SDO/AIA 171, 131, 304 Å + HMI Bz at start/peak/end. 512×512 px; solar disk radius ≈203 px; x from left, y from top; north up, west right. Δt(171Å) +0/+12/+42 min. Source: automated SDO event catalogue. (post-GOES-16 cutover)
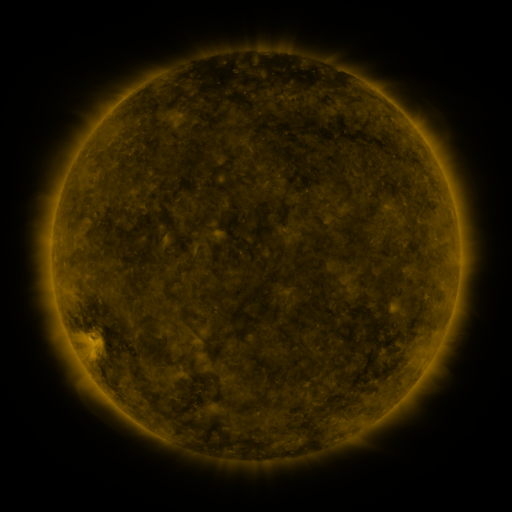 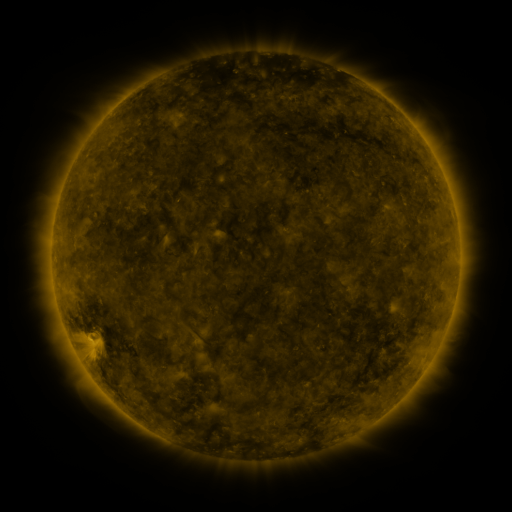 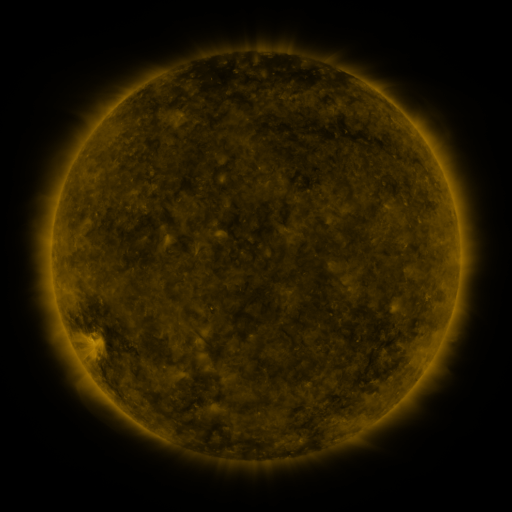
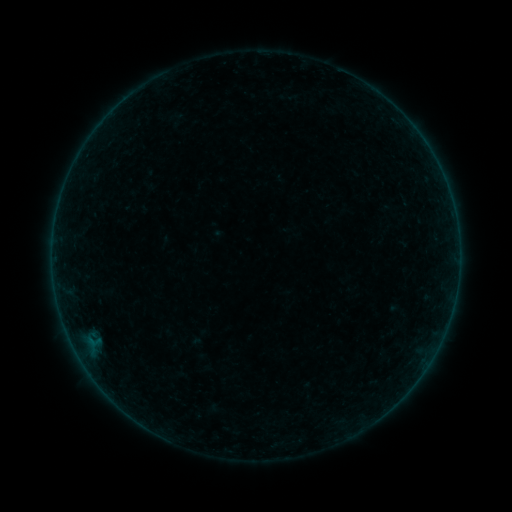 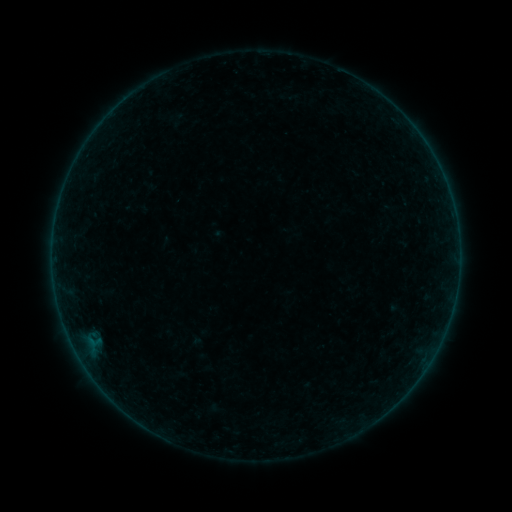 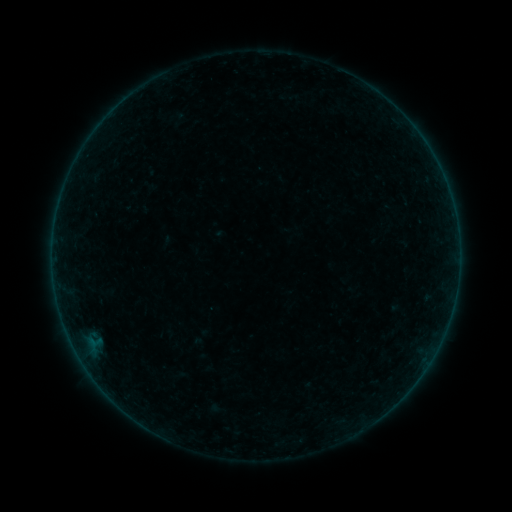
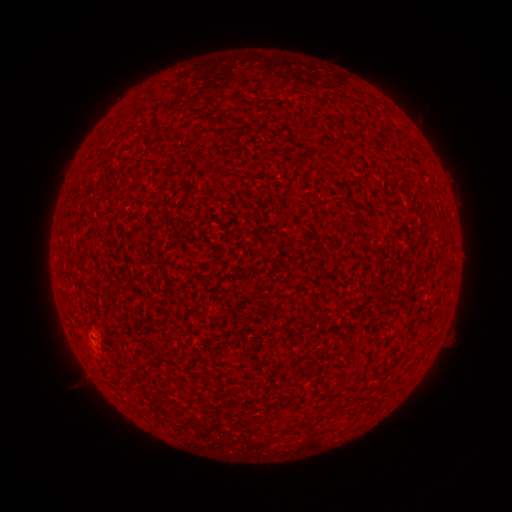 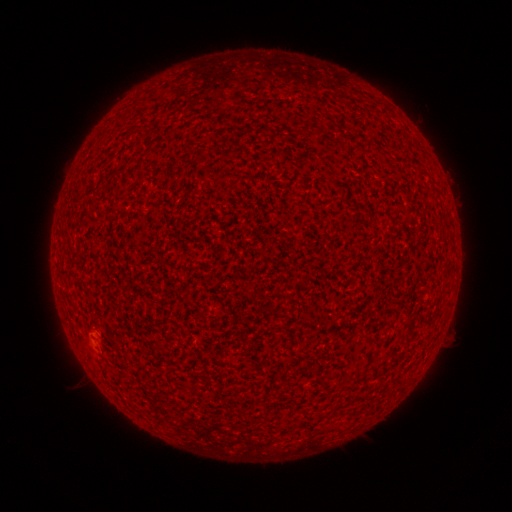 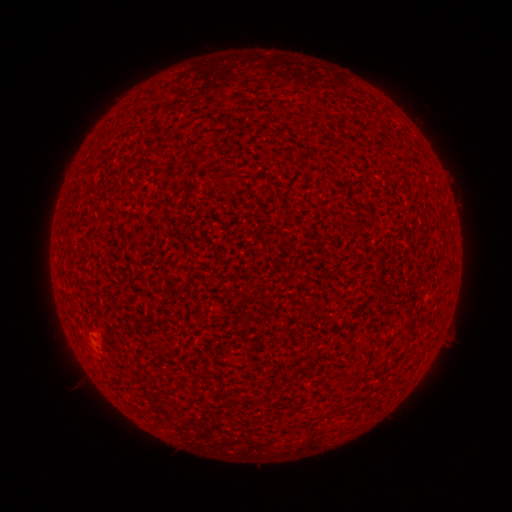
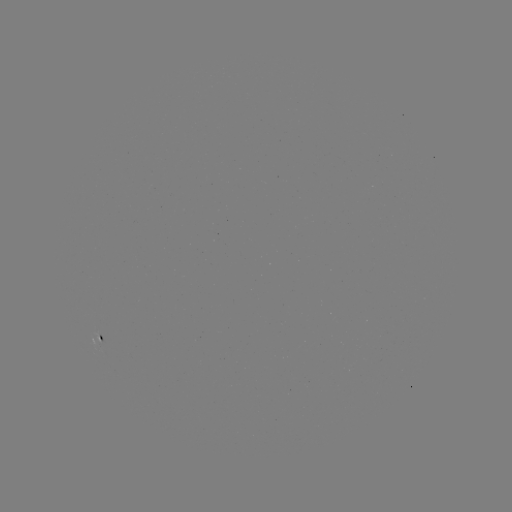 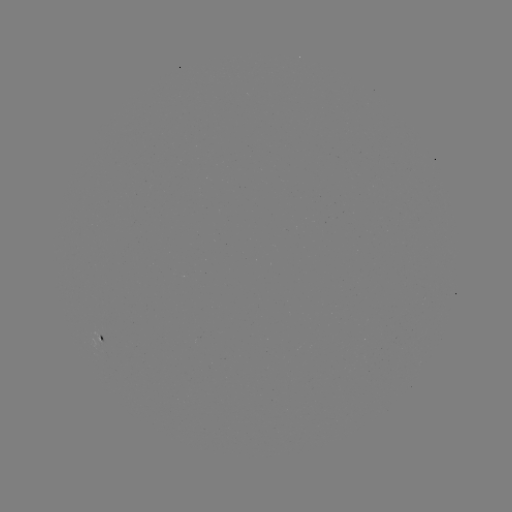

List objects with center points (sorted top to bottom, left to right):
A2.0 flare: (89, 330)
